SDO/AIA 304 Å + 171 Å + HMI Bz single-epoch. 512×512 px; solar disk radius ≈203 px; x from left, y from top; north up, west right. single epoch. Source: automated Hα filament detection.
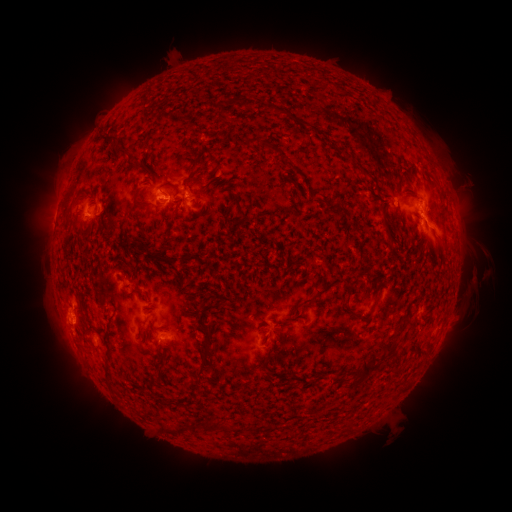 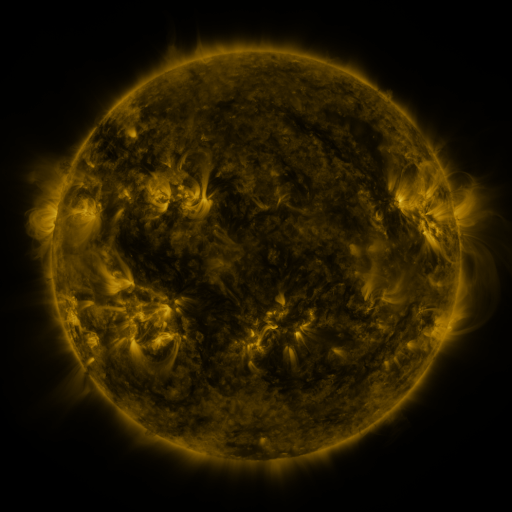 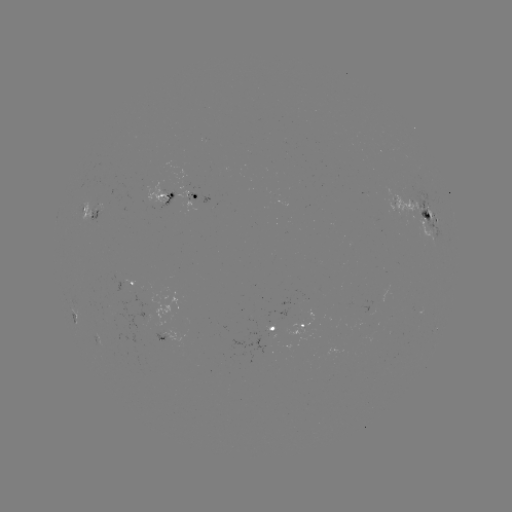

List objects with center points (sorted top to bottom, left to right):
filament: (244, 97, 254, 108)
filament: (104, 137, 129, 162)
filament: (245, 138, 281, 154)
filament: (187, 157, 199, 174)
filament: (286, 162, 302, 174)
filament: (361, 169, 371, 177)
filament: (205, 173, 214, 185)
filament: (159, 182, 173, 189)
filament: (131, 188, 148, 208)
filament: (64, 202, 75, 228)
filament: (235, 202, 246, 226)
filament: (165, 215, 173, 226)
filament: (386, 236, 394, 245)
filament: (147, 250, 175, 268)
filament: (322, 256, 332, 267)
filament: (302, 280, 340, 305)
filament: (344, 282, 373, 320)
filament: (126, 288, 143, 298)
filament: (201, 300, 226, 315)
filament: (400, 313, 410, 323)
filament: (85, 316, 99, 332)
filament: (203, 331, 215, 344)
filament: (348, 338, 400, 385)
filament: (199, 347, 215, 362)
filament: (104, 363, 113, 381)
filament: (195, 367, 207, 378)
filament: (153, 377, 163, 386)
filament: (157, 395, 172, 408)
filament: (204, 419, 234, 433)
filament: (346, 420, 355, 431)
filament: (161, 422, 195, 436)
